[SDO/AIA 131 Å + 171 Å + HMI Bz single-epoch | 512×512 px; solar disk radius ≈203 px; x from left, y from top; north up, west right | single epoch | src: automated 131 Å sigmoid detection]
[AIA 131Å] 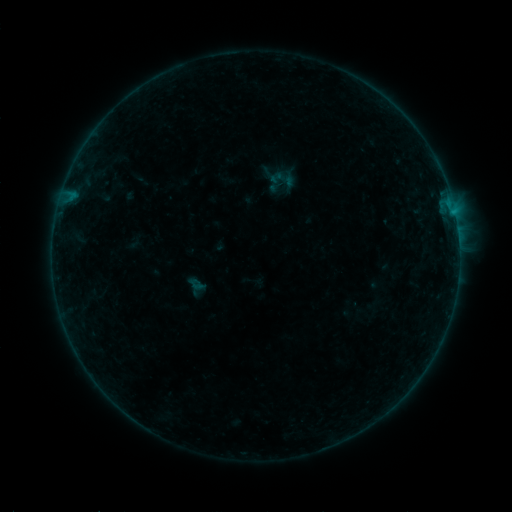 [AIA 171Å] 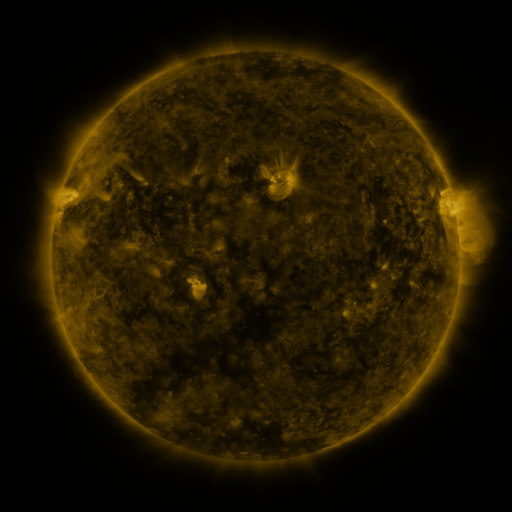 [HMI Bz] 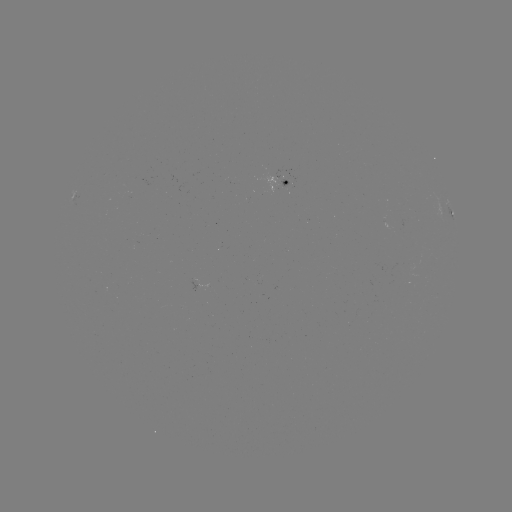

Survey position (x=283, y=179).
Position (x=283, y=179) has sigmoid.